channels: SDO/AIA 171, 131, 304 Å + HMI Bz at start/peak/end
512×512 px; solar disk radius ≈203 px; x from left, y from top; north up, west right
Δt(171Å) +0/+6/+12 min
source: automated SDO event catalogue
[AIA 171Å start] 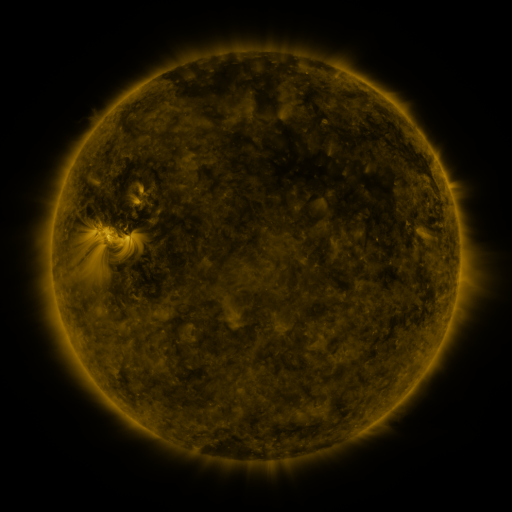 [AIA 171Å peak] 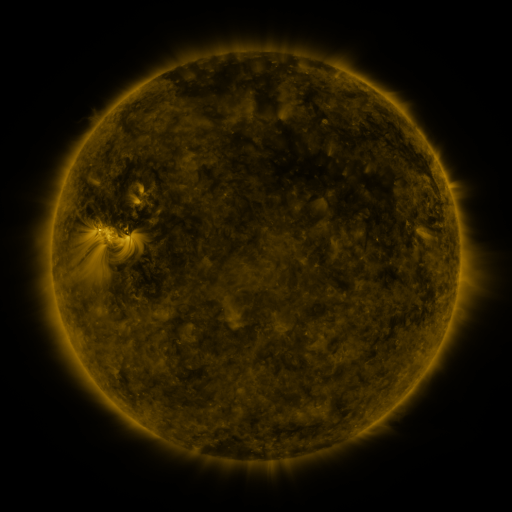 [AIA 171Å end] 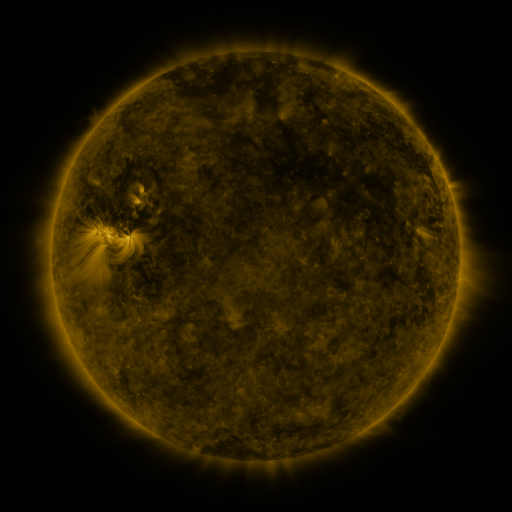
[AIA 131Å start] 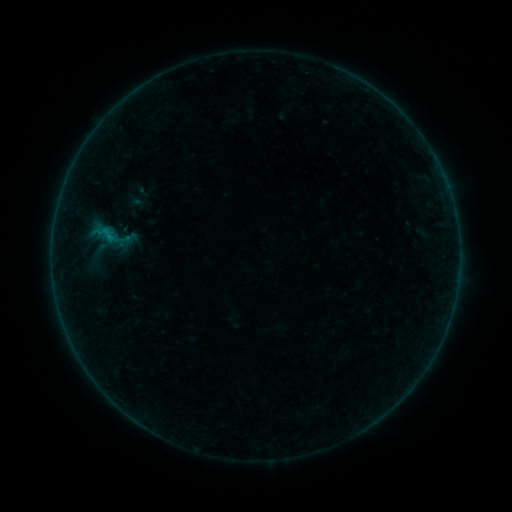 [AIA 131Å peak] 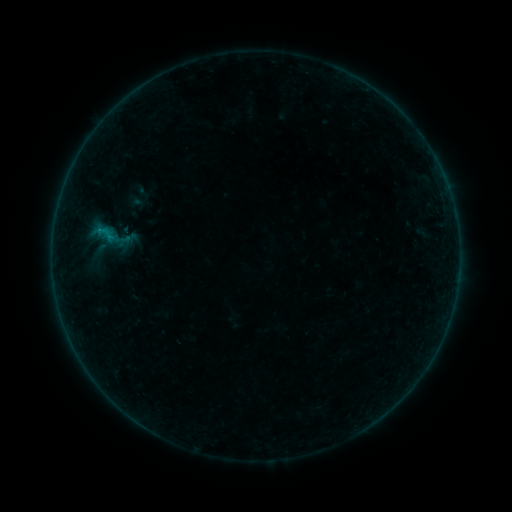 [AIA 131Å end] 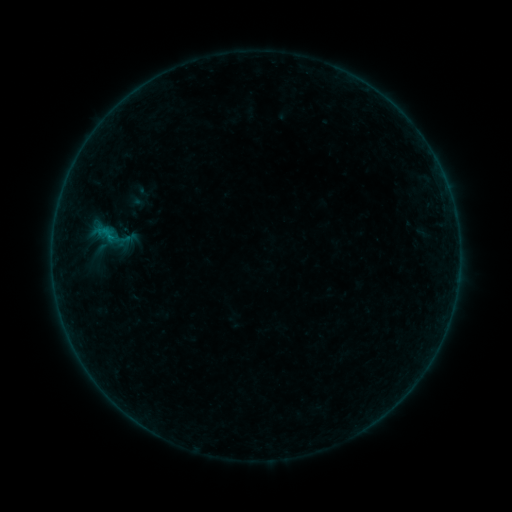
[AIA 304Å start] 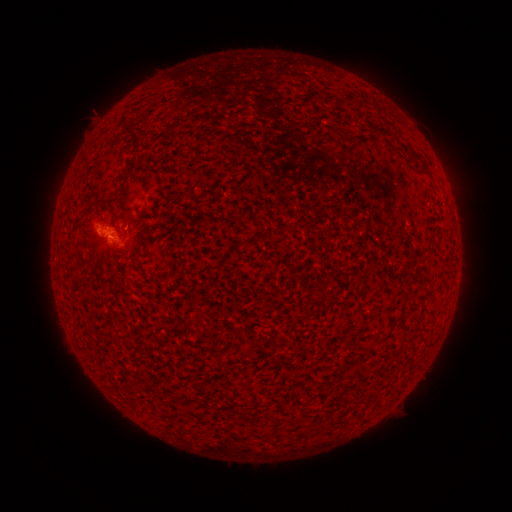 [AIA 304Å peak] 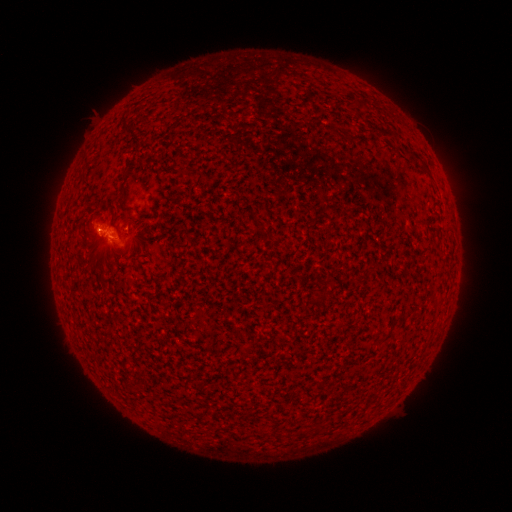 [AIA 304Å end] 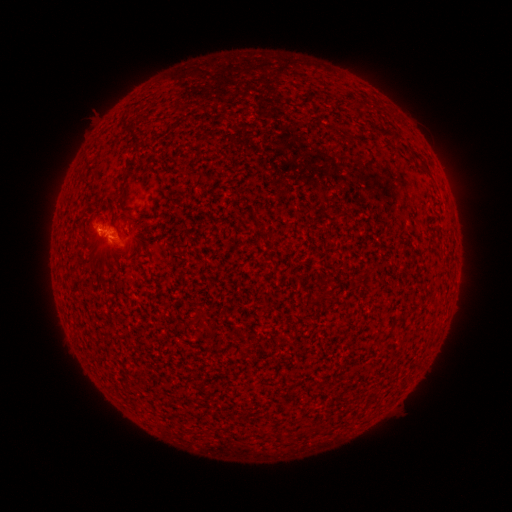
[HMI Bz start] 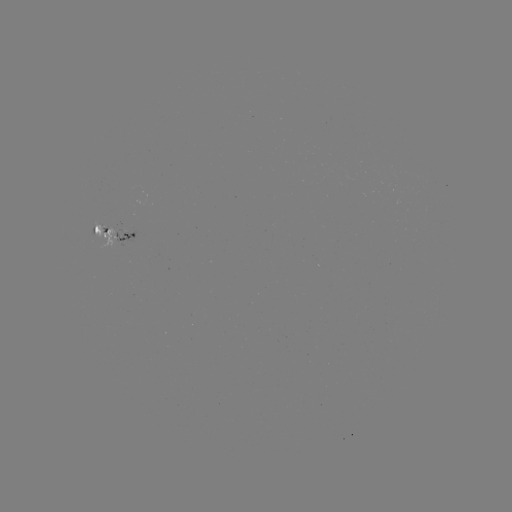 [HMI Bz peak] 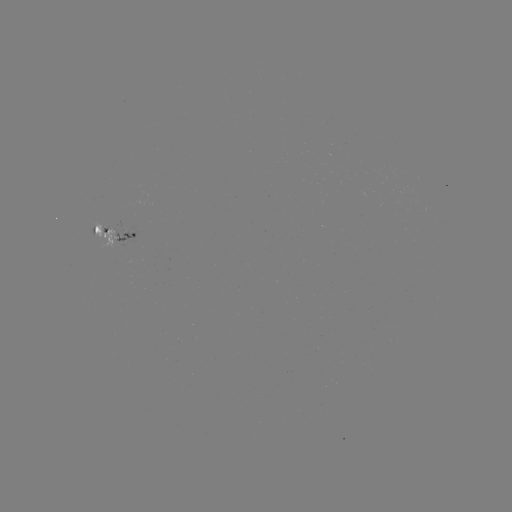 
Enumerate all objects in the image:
B1.6 flare: (100, 232)
